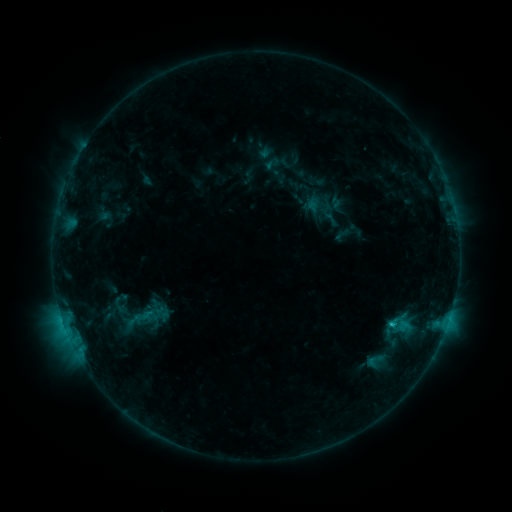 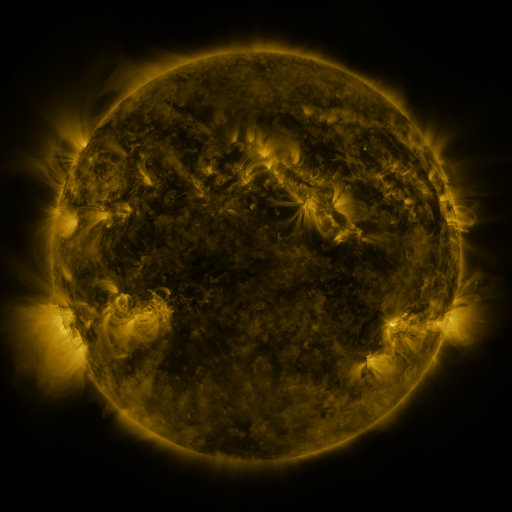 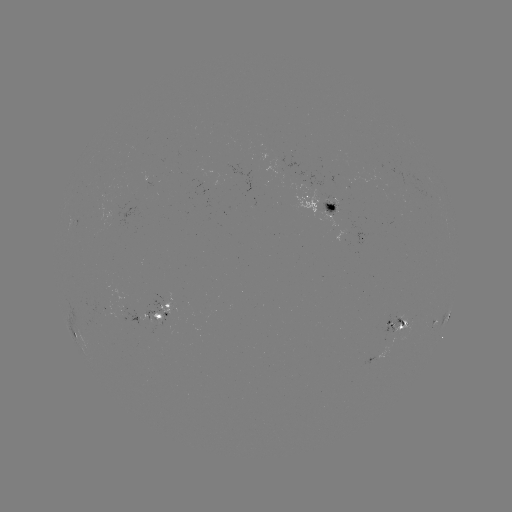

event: sigmoid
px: (374, 361)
